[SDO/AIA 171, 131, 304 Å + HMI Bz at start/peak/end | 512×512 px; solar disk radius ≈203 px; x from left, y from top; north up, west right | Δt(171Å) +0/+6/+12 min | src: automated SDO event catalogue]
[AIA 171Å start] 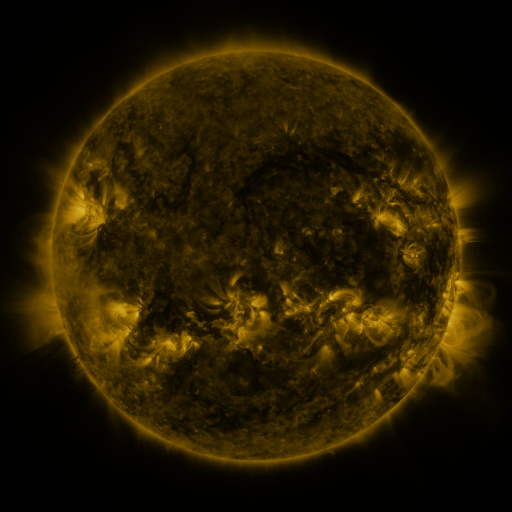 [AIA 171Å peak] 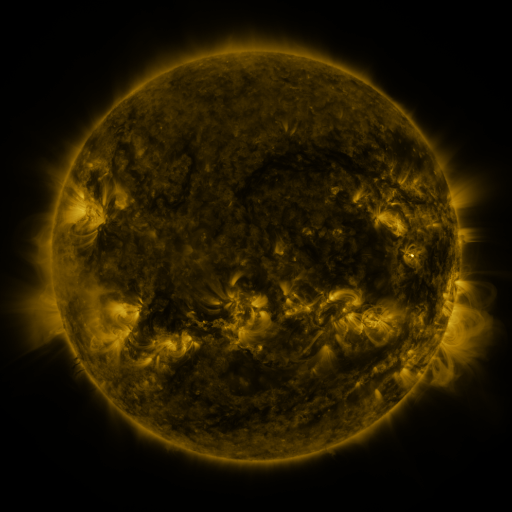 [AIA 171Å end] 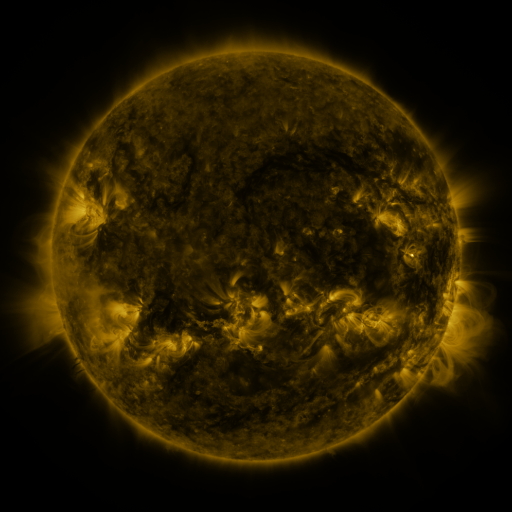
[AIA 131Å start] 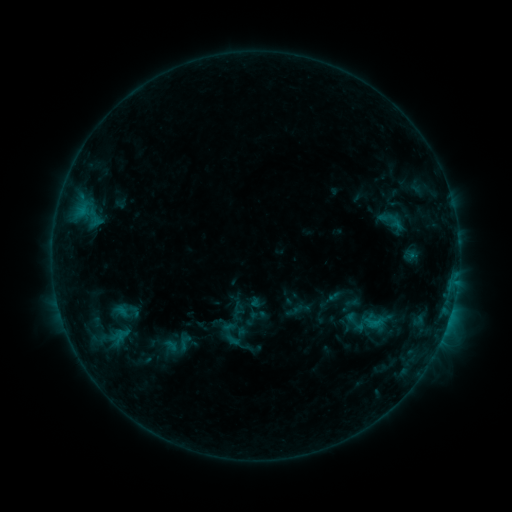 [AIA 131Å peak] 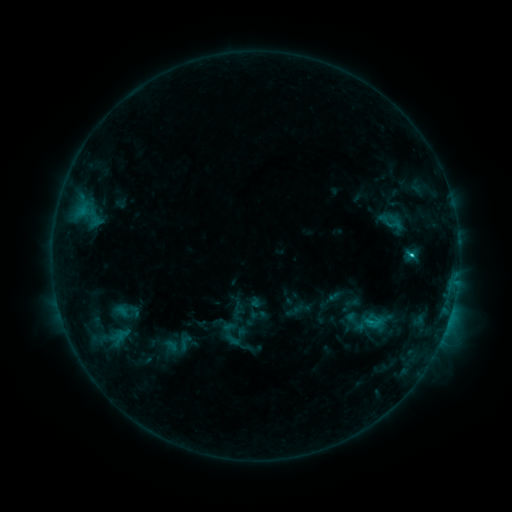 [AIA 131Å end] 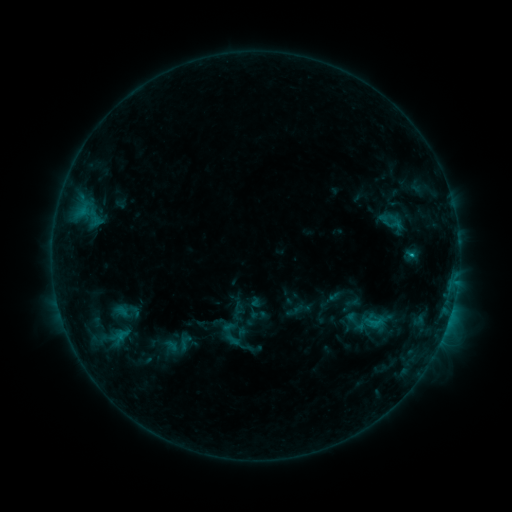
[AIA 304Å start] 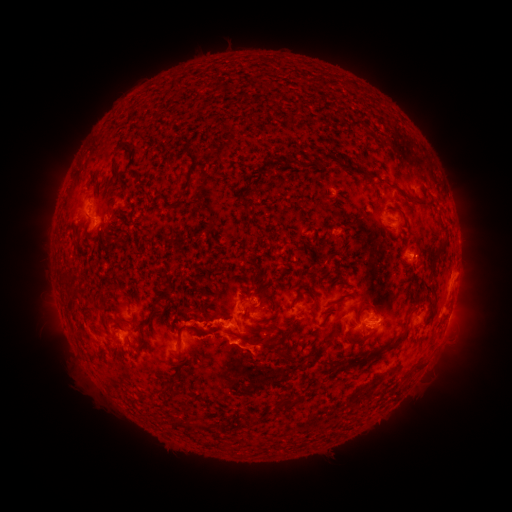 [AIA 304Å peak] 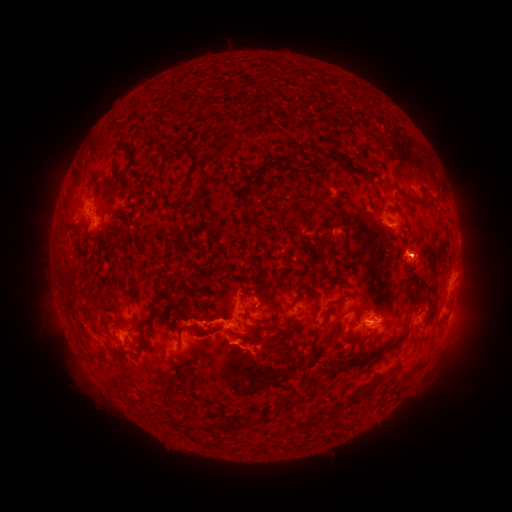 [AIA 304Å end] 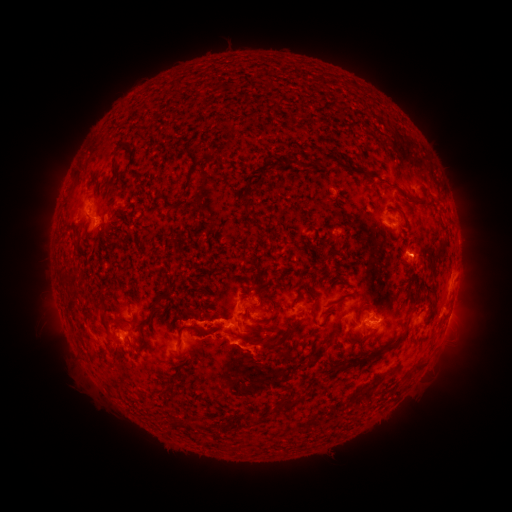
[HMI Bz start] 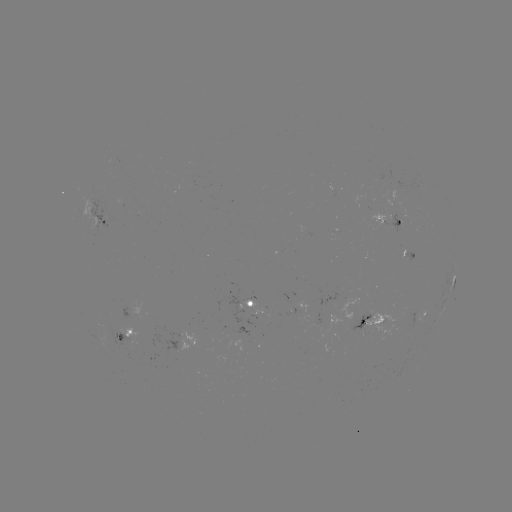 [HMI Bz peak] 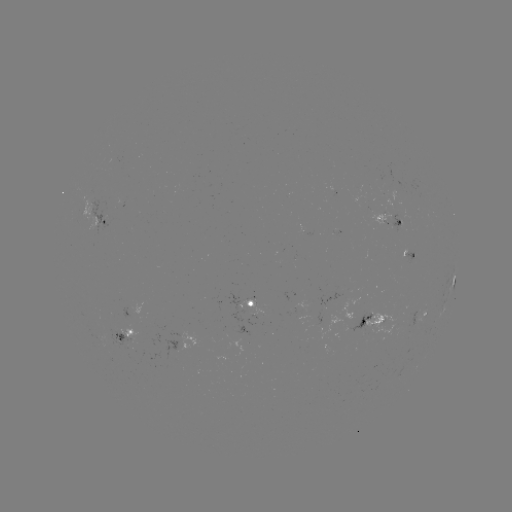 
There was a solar flare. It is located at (411, 257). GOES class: C1.6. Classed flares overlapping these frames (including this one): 1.